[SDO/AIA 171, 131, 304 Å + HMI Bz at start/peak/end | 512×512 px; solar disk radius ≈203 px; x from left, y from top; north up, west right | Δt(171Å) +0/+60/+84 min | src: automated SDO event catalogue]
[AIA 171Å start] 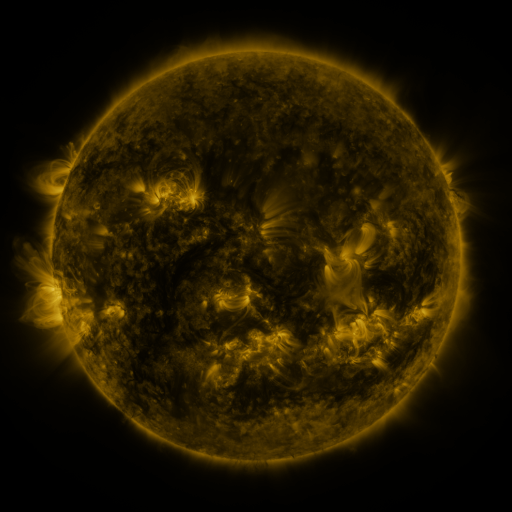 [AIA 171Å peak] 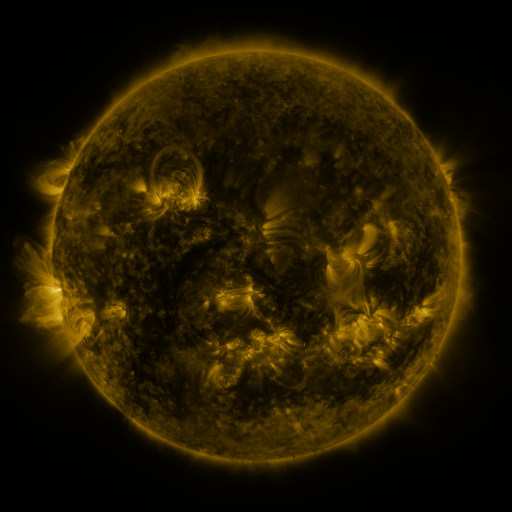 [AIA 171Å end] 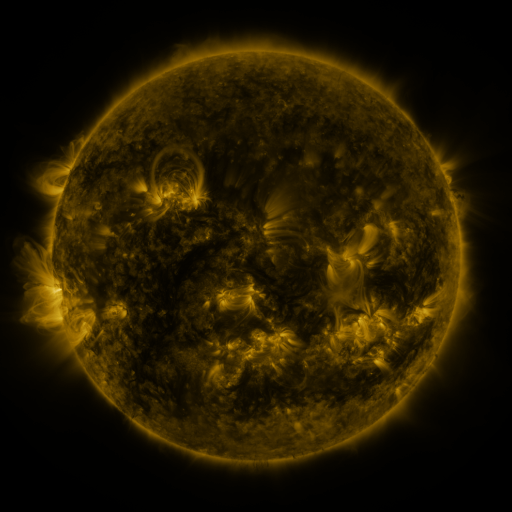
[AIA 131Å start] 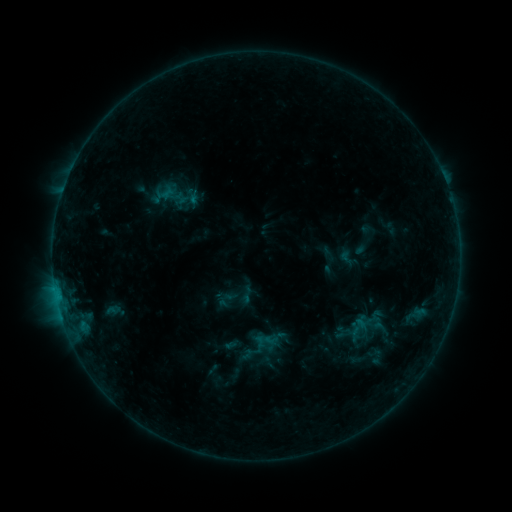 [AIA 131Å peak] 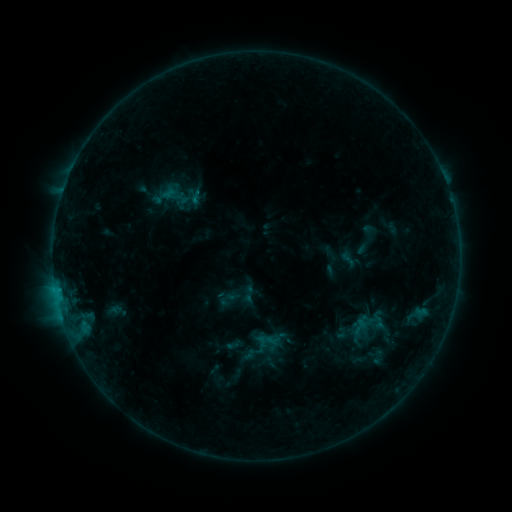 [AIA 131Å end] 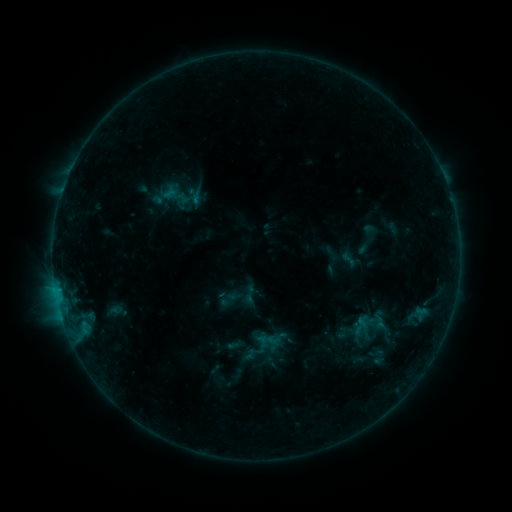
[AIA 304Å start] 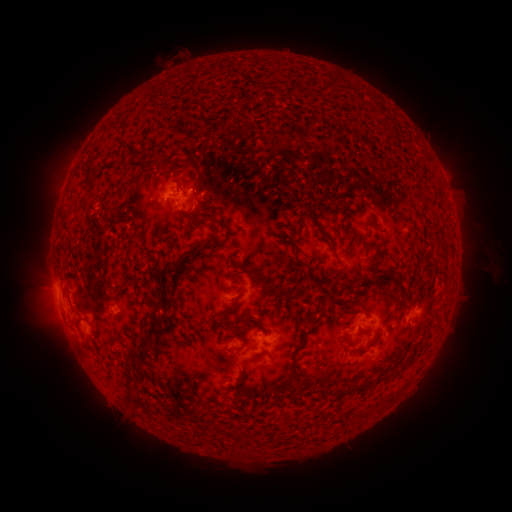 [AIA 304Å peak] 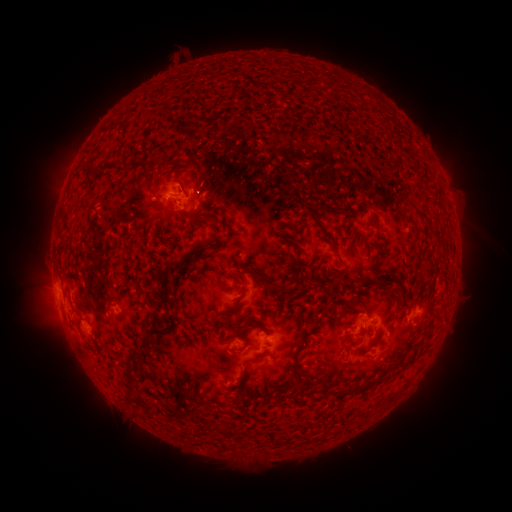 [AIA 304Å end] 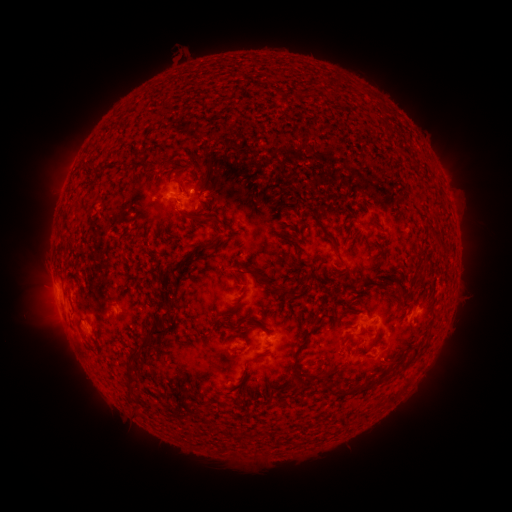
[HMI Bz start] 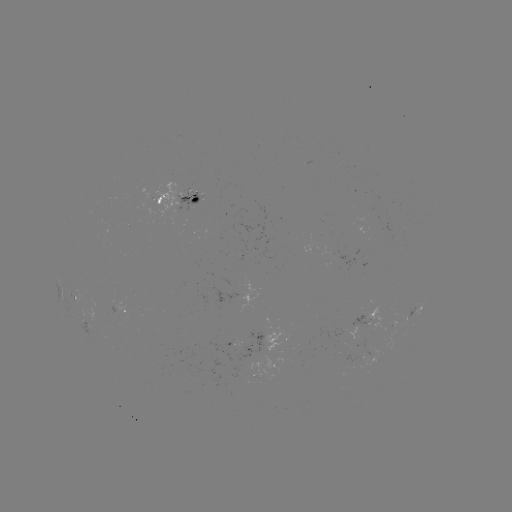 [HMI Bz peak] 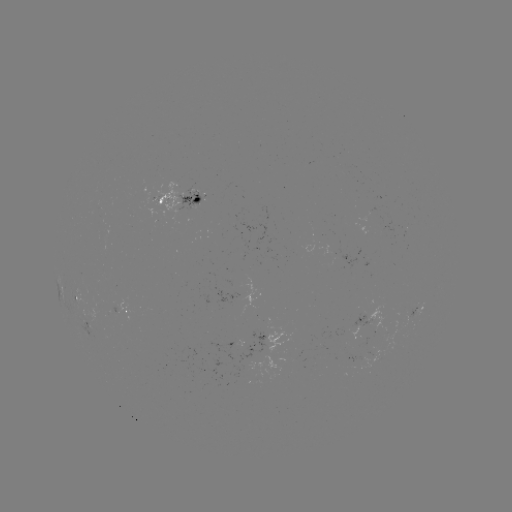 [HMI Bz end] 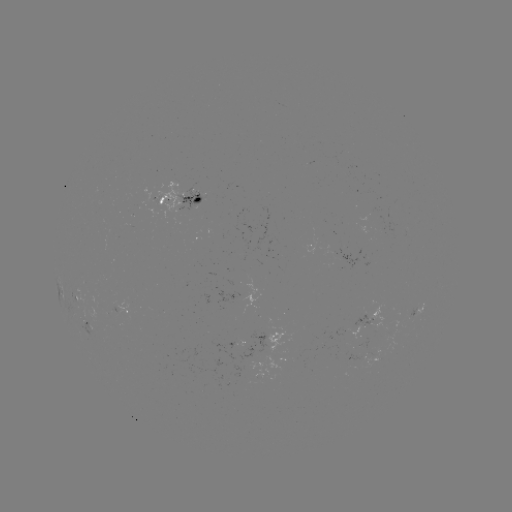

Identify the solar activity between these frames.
emerging-flux region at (382, 323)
